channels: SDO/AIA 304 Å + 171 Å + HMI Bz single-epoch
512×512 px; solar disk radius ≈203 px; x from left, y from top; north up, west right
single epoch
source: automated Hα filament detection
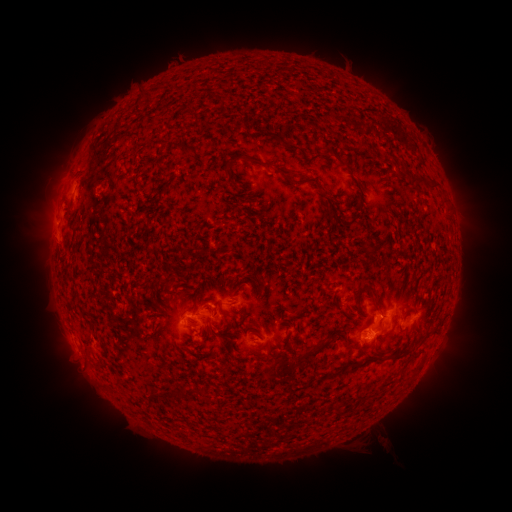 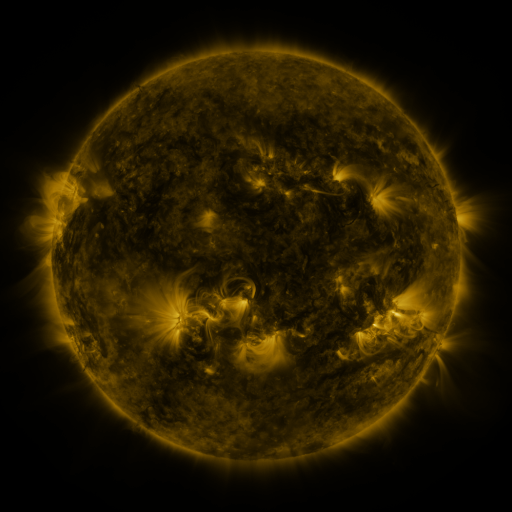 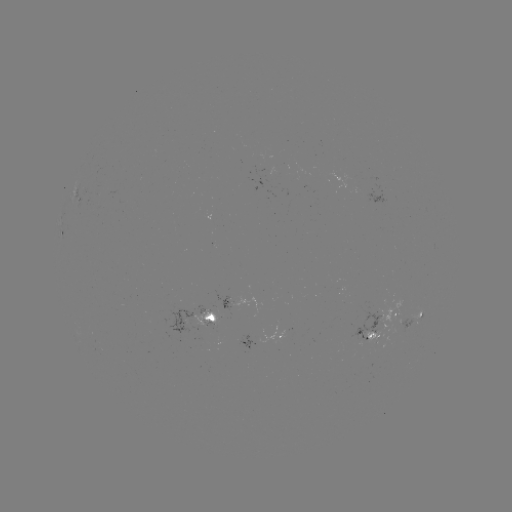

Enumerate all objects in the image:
filament: (179, 143, 195, 153)
filament: (358, 143, 366, 151)
filament: (324, 149, 334, 158)
filament: (257, 159, 268, 168)
filament: (272, 163, 292, 177)
filament: (296, 178, 319, 186)
filament: (422, 179, 431, 187)
filament: (430, 183, 441, 191)
filament: (336, 197, 365, 230)
filament: (327, 206, 339, 219)
filament: (157, 278, 169, 287)
filament: (354, 283, 379, 307)
filament: (213, 298, 220, 308)
filament: (373, 306, 381, 315)
filament: (219, 310, 229, 330)
filament: (295, 339, 327, 360)
filament: (389, 349, 408, 362)
